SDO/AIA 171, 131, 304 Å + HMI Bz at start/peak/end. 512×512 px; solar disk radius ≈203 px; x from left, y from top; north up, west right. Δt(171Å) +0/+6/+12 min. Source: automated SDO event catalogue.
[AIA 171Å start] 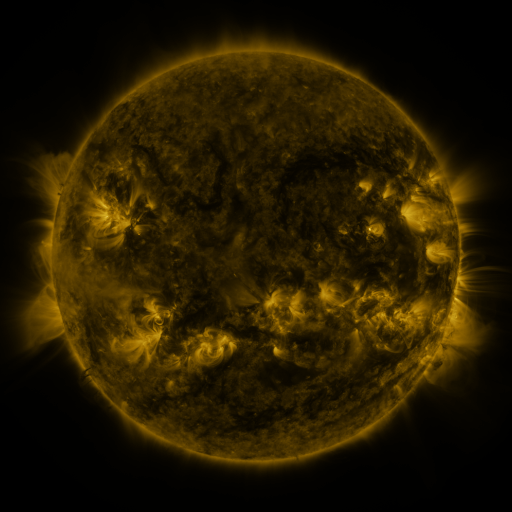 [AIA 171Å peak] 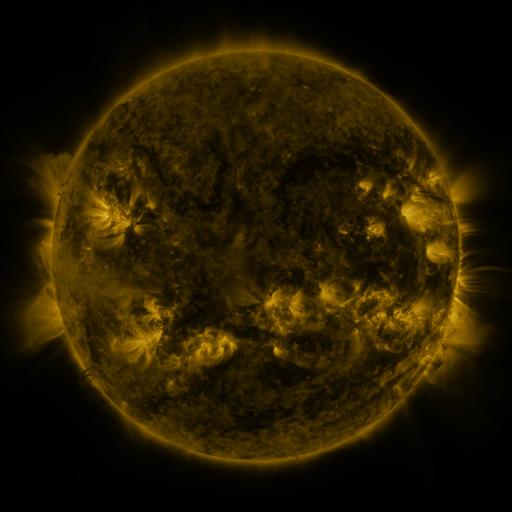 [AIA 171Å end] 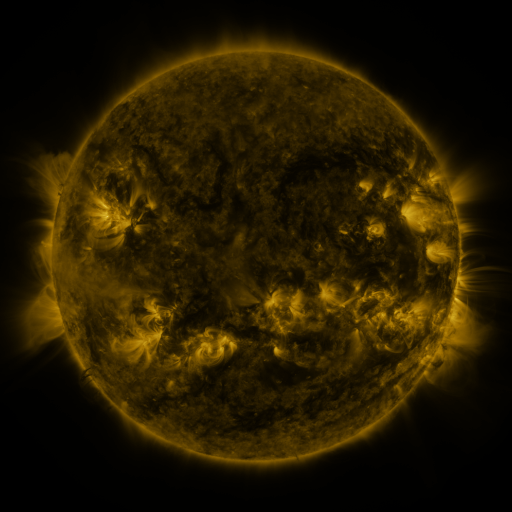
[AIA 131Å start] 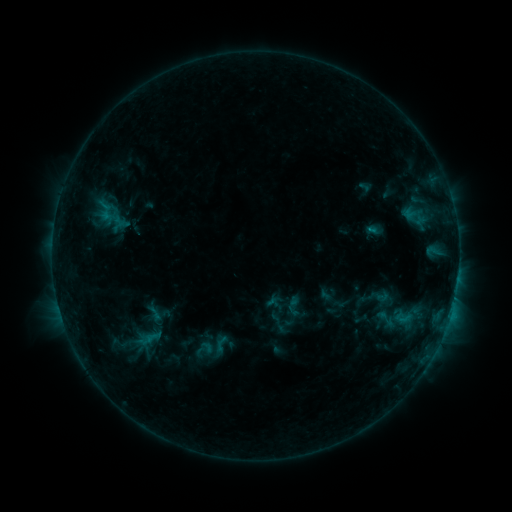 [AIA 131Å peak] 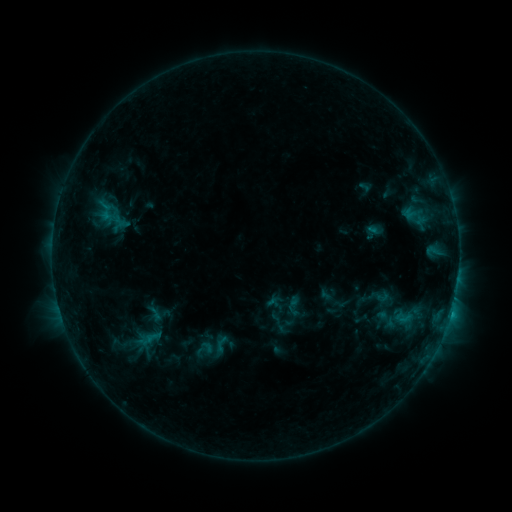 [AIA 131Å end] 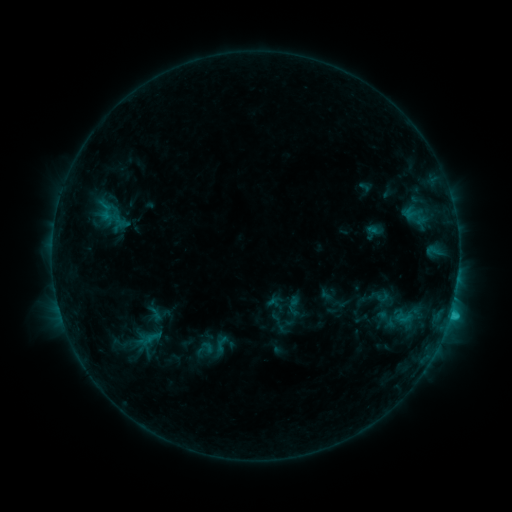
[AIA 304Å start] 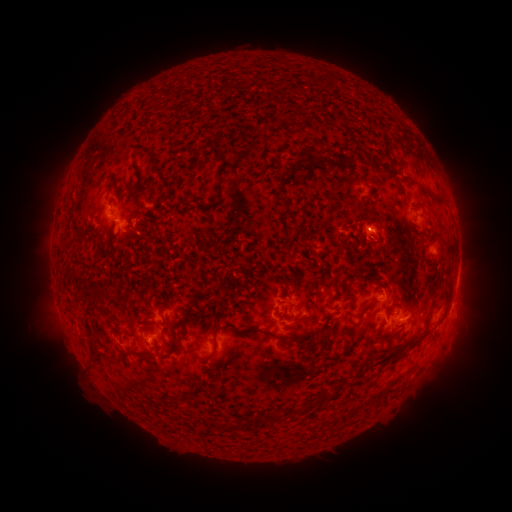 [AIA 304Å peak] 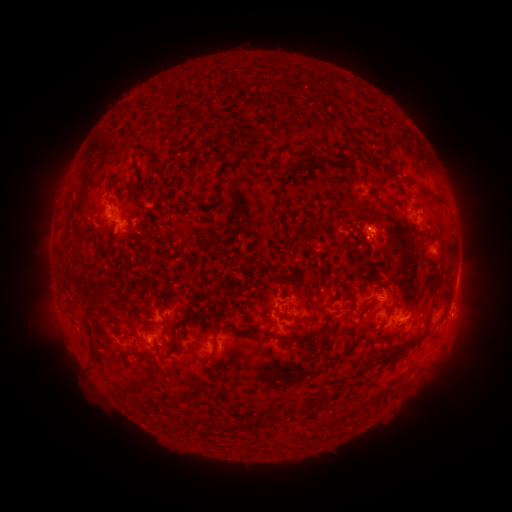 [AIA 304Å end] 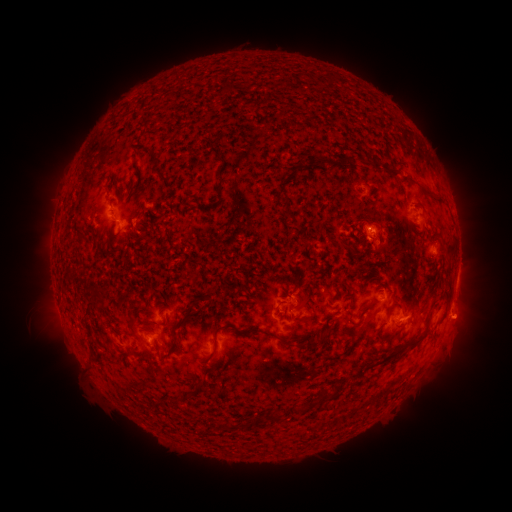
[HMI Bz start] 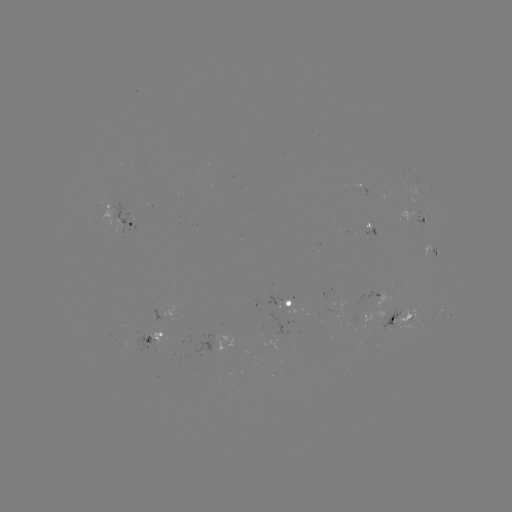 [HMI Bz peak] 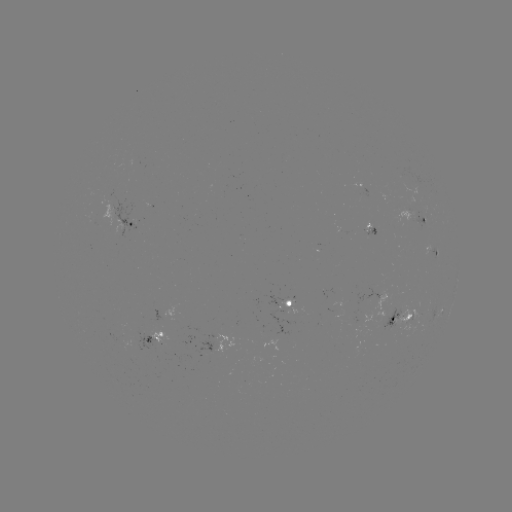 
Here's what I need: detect eruption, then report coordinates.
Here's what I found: eruption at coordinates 467,318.